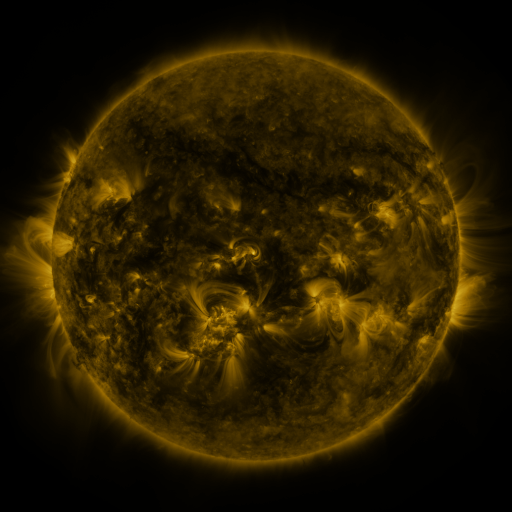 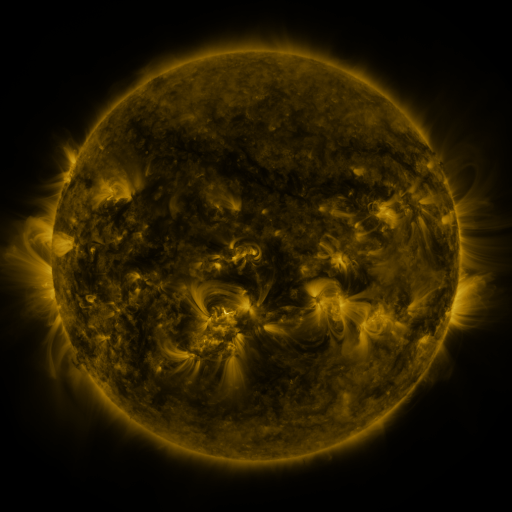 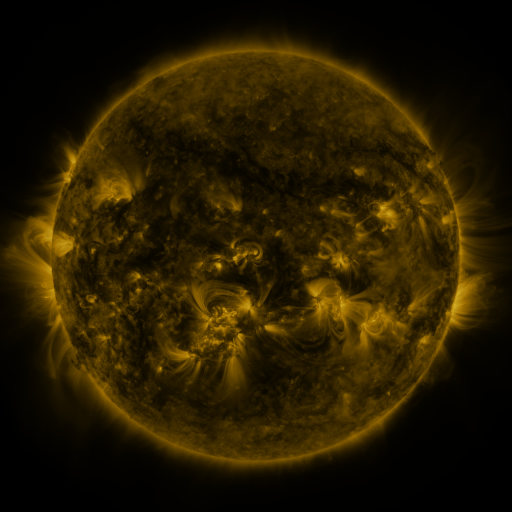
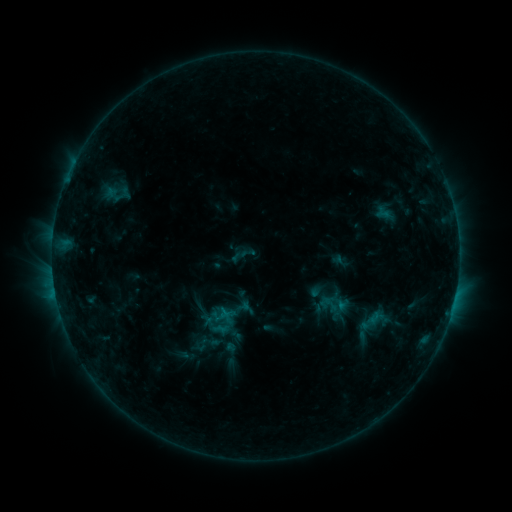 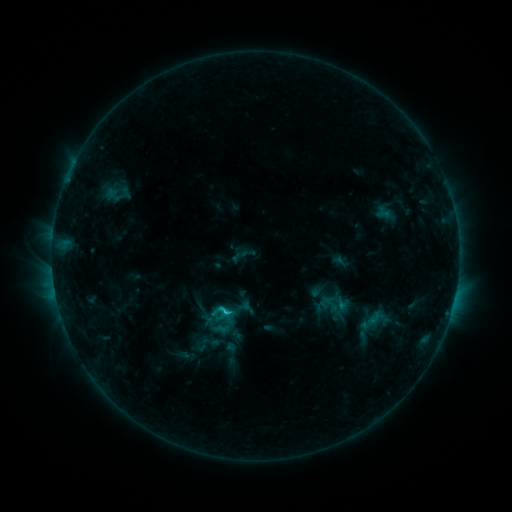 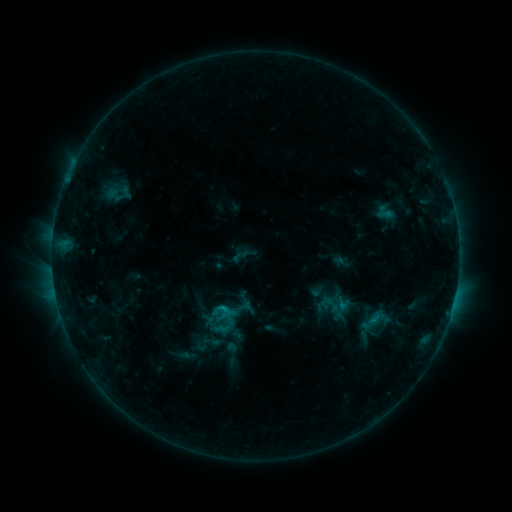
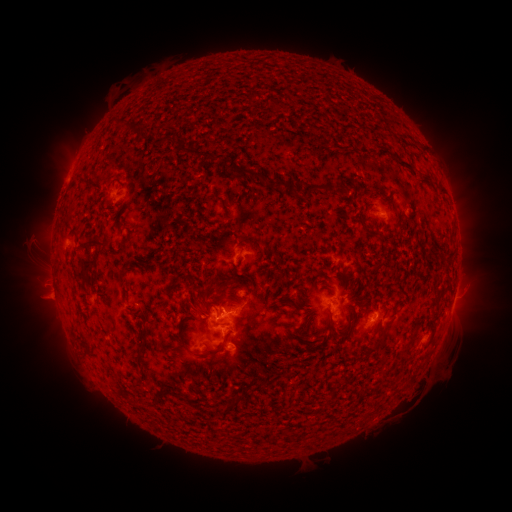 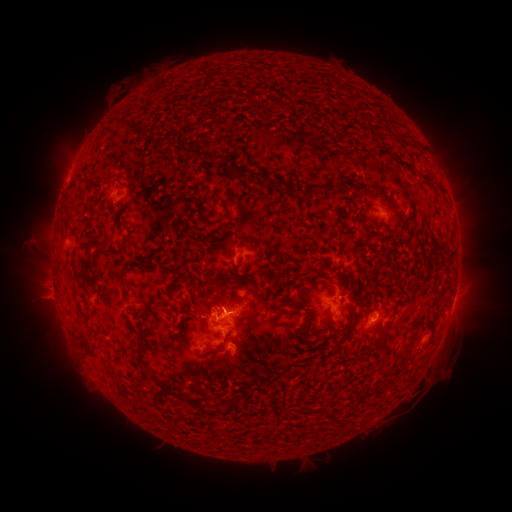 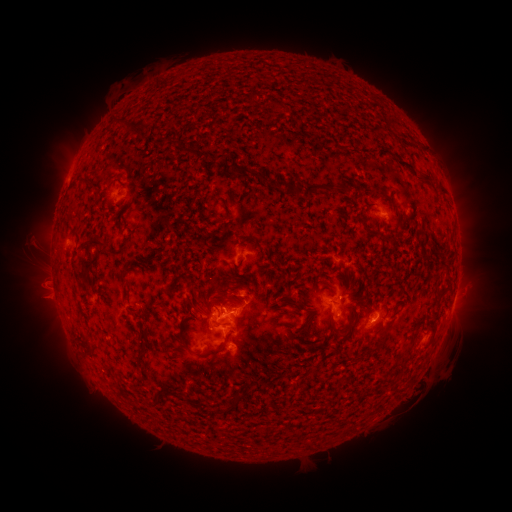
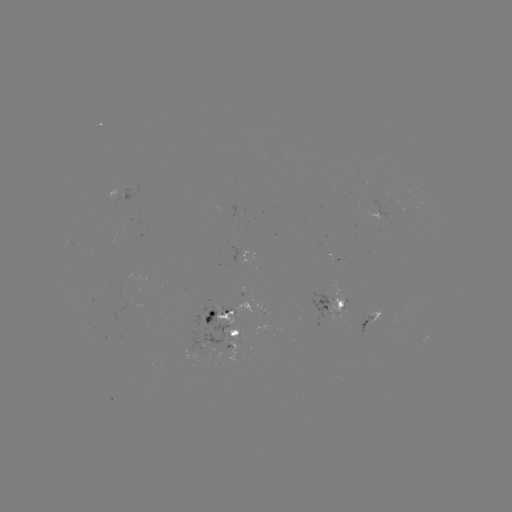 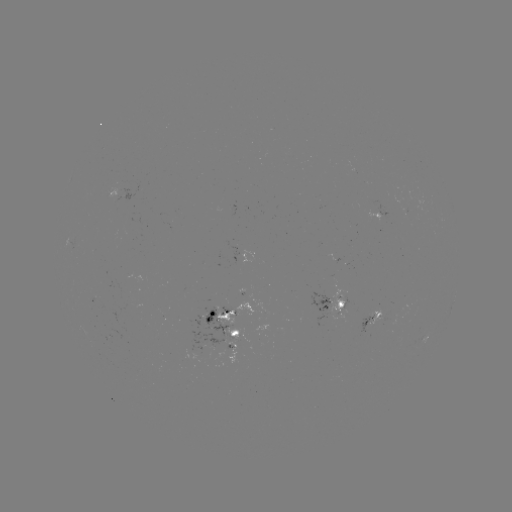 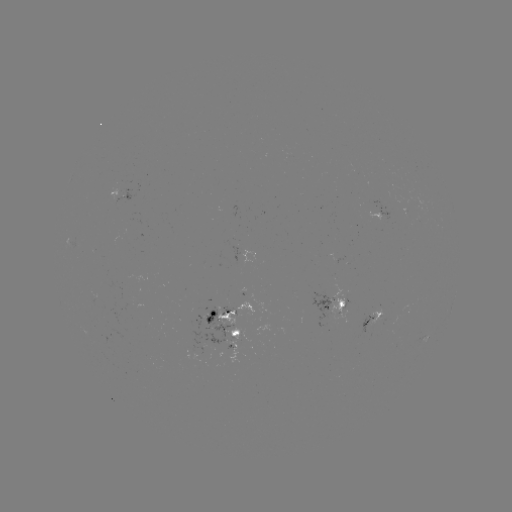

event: flare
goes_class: C1.5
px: (228, 309)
